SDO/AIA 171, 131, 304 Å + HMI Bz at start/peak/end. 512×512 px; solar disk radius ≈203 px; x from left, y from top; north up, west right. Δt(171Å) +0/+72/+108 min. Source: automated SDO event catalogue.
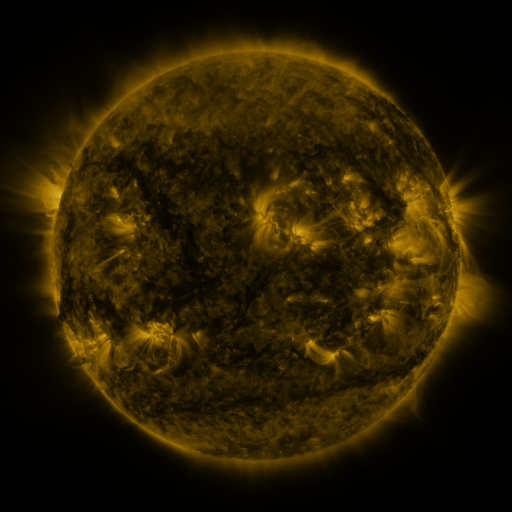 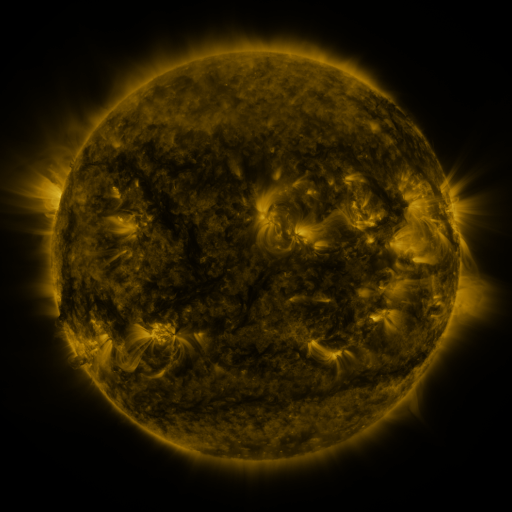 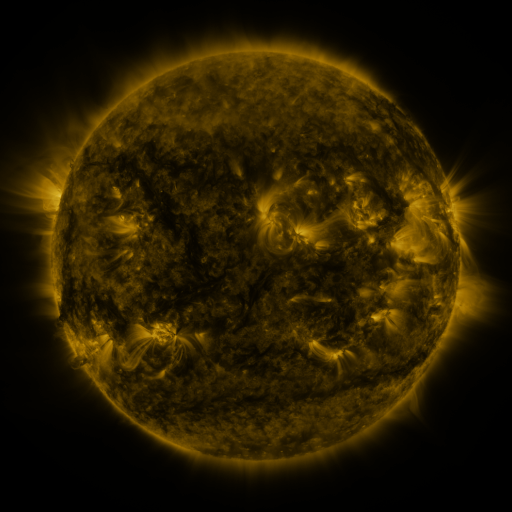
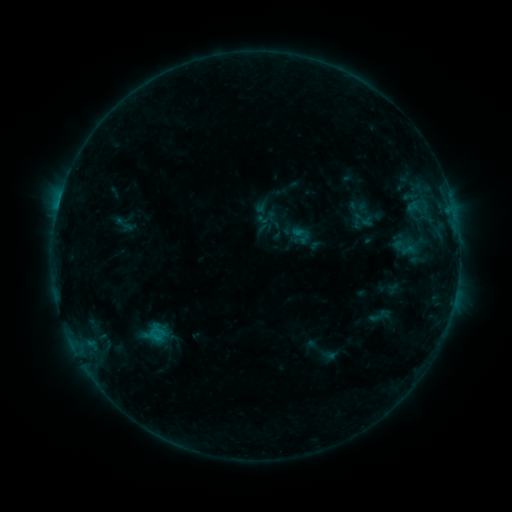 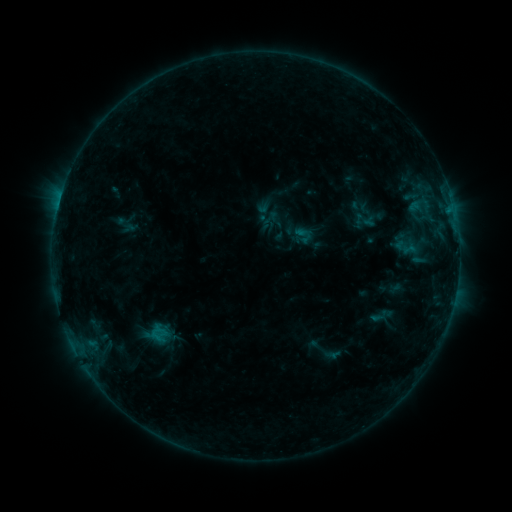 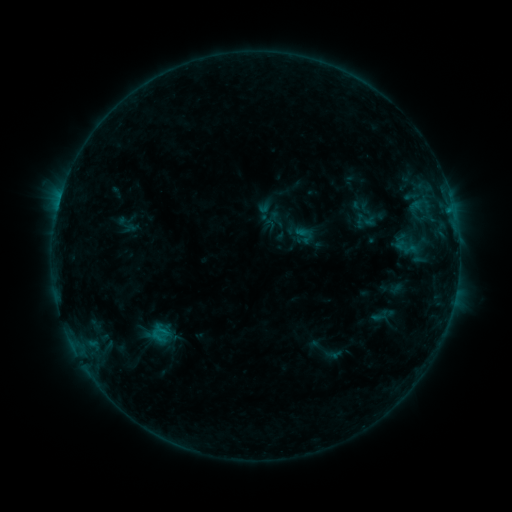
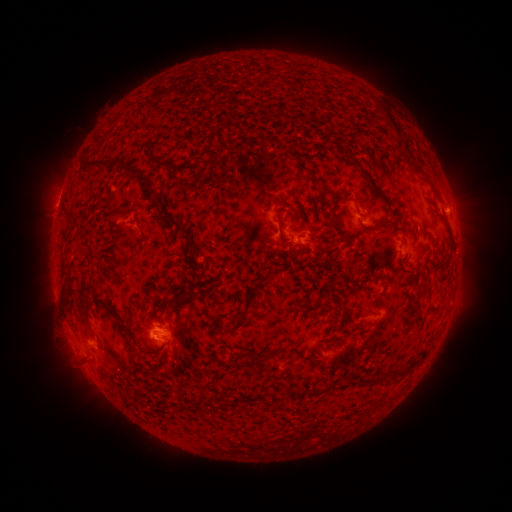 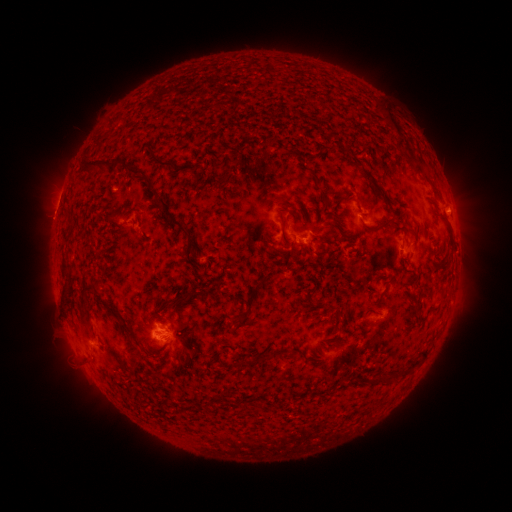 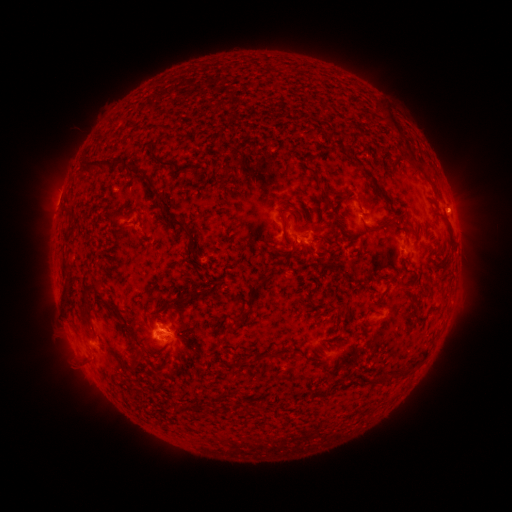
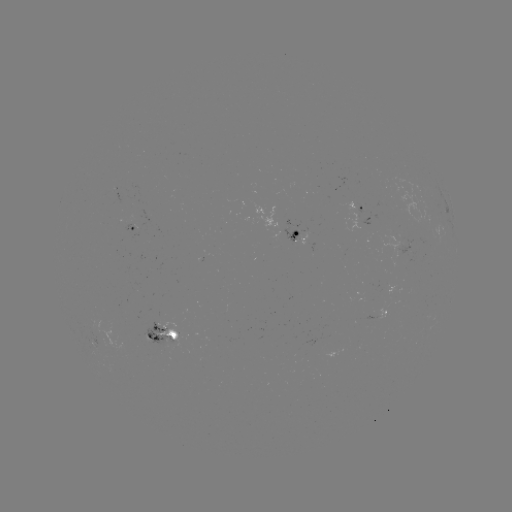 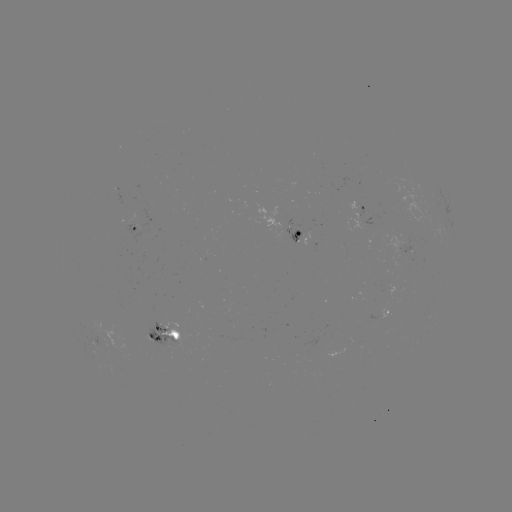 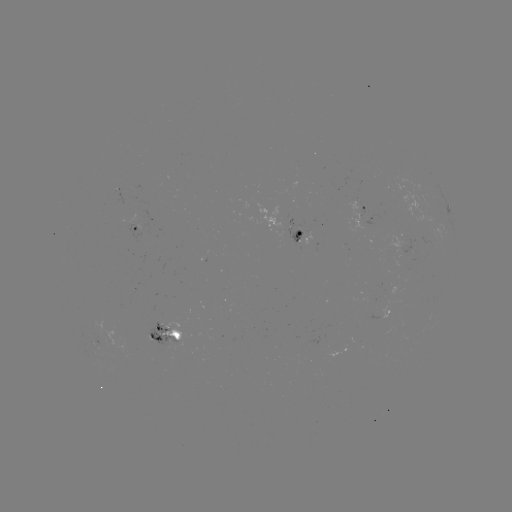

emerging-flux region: <bbox>388, 284, 399, 294</bbox>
